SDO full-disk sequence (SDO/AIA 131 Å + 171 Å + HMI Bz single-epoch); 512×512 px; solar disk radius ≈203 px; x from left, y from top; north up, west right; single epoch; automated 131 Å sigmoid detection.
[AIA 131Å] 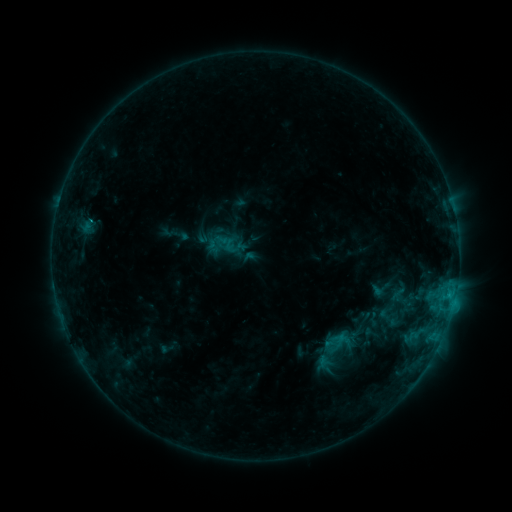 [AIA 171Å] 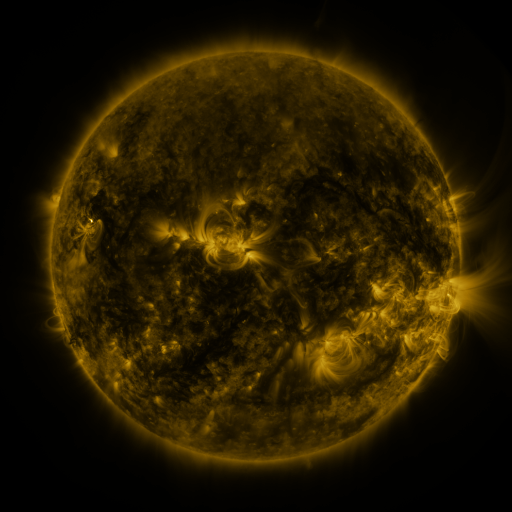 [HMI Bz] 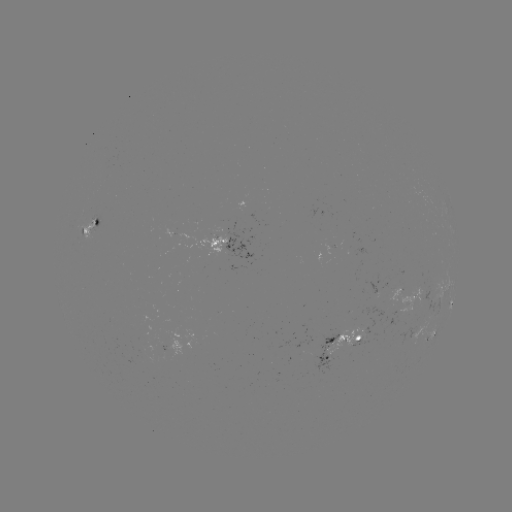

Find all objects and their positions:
sigmoid: [371, 277, 394, 300]
sigmoid: [371, 285, 416, 330]
